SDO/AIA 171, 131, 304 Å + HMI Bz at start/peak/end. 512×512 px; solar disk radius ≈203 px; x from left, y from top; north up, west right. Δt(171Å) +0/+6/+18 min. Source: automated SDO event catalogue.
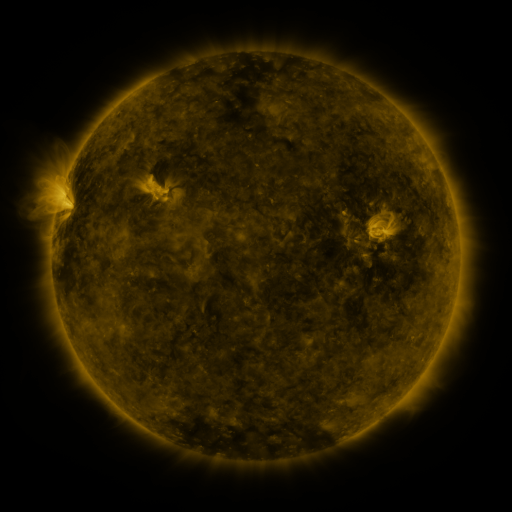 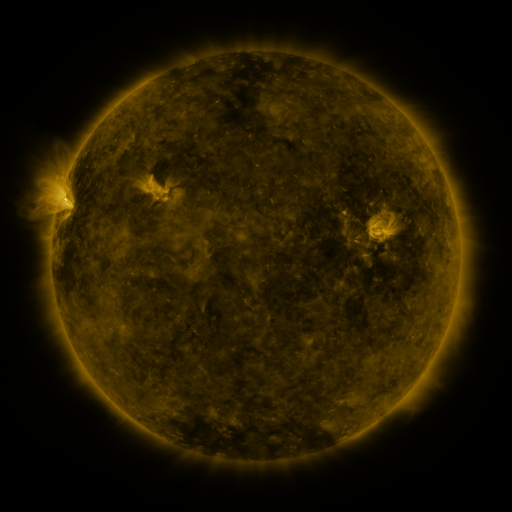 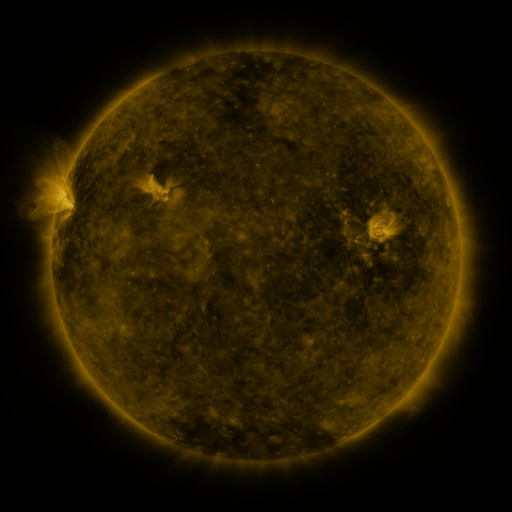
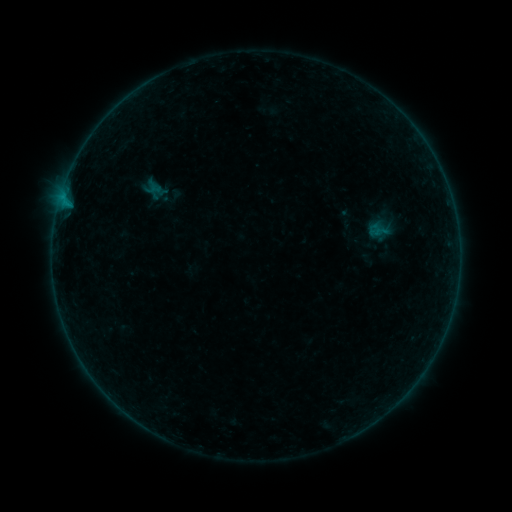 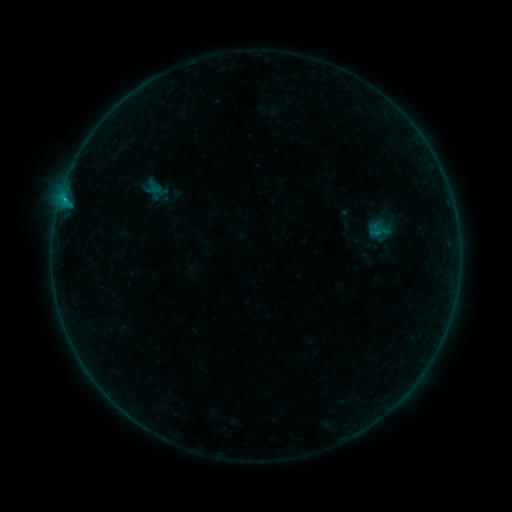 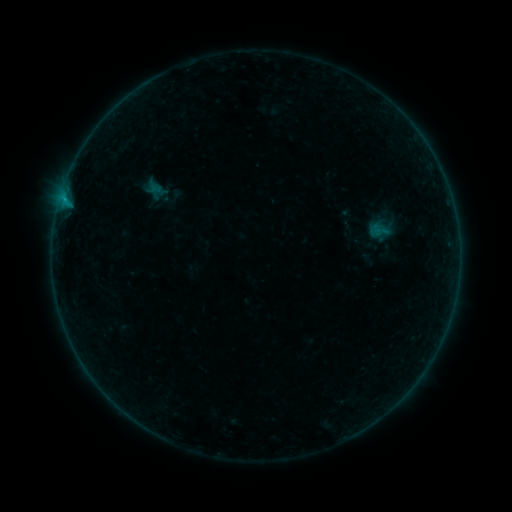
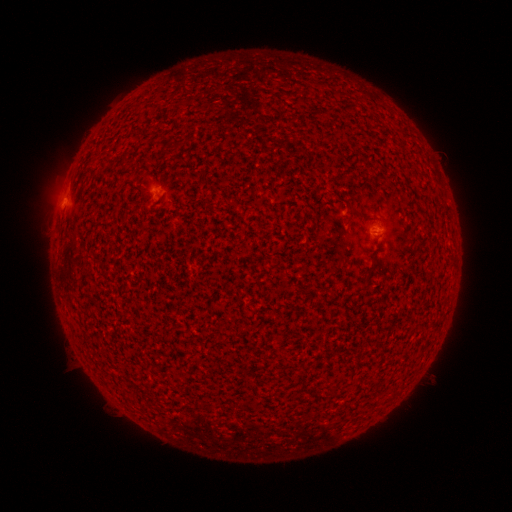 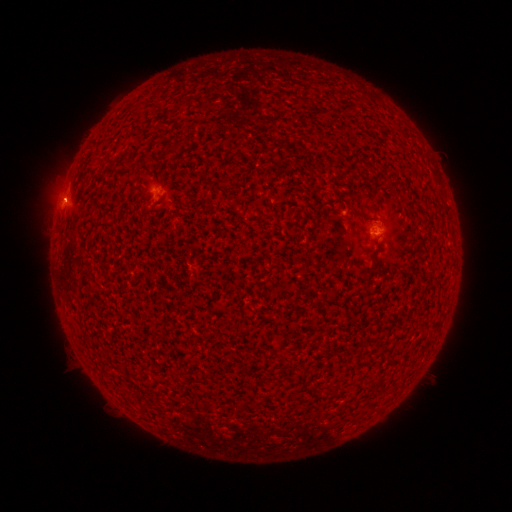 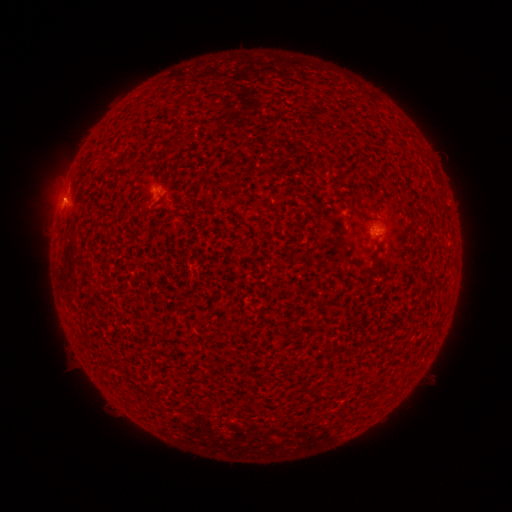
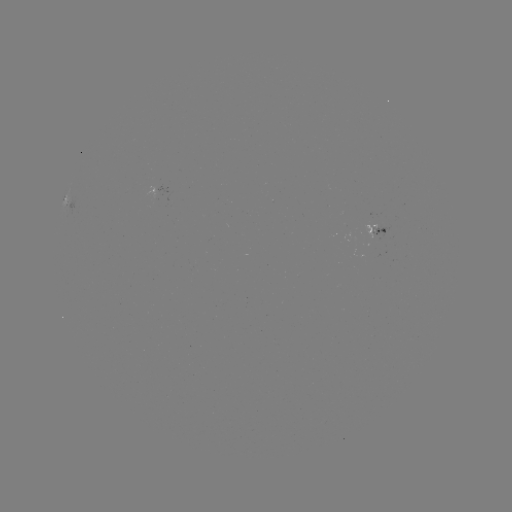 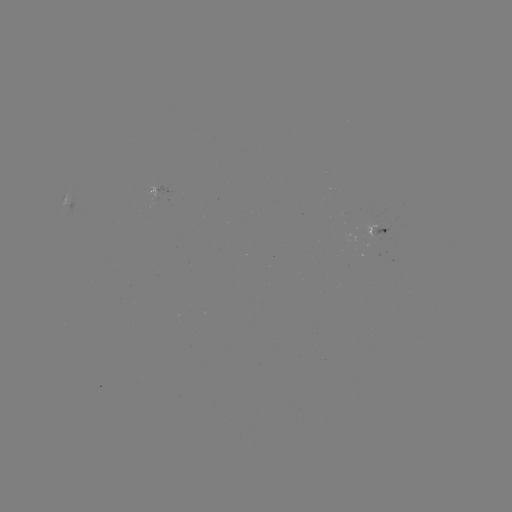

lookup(B4.4 flare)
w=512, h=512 64,202